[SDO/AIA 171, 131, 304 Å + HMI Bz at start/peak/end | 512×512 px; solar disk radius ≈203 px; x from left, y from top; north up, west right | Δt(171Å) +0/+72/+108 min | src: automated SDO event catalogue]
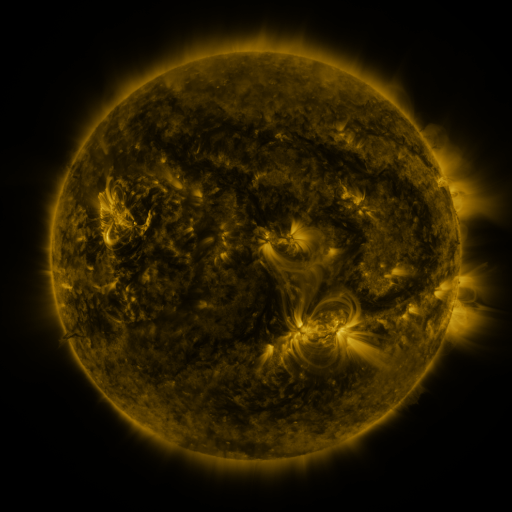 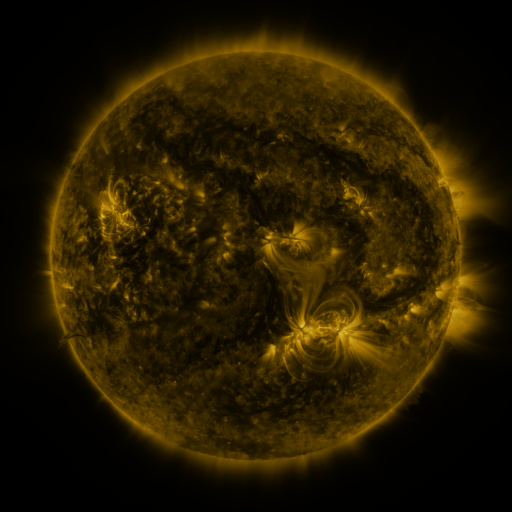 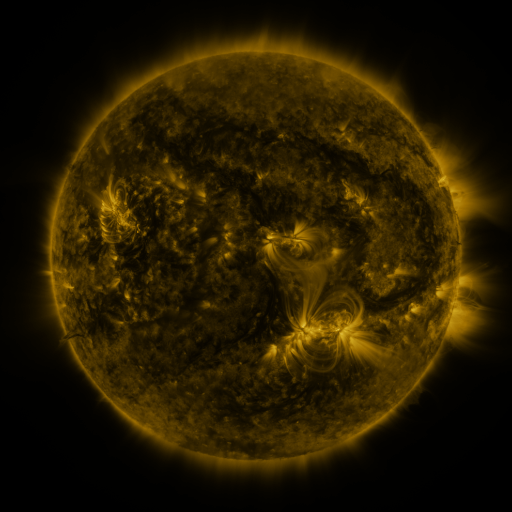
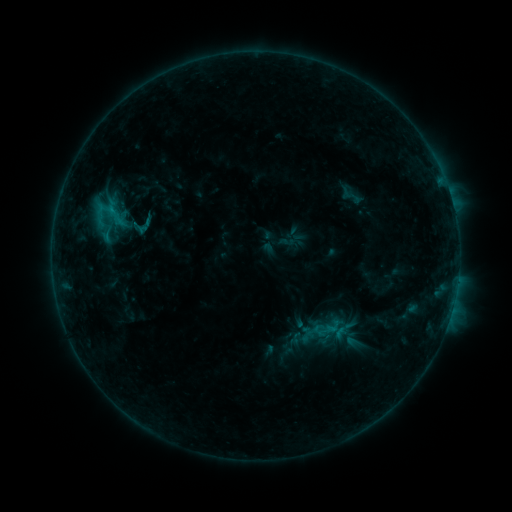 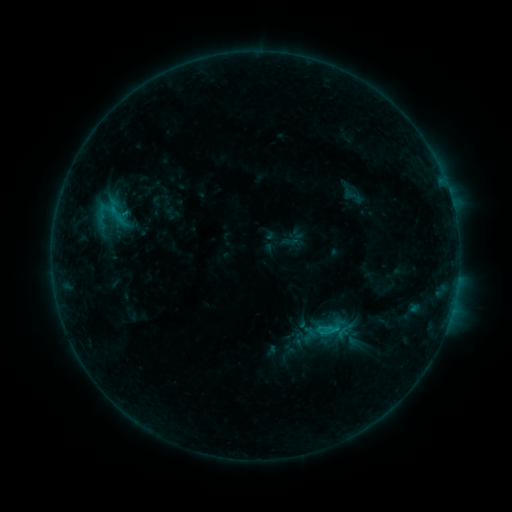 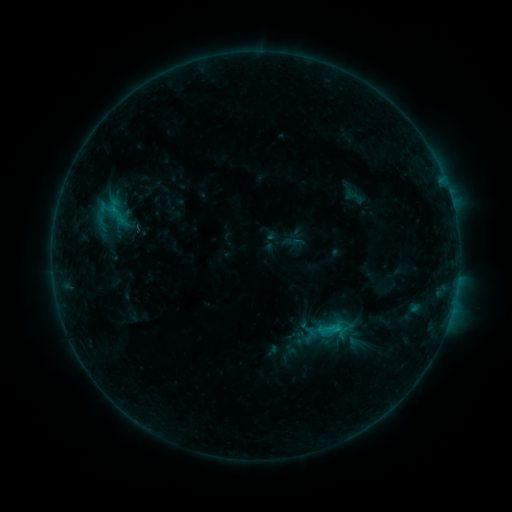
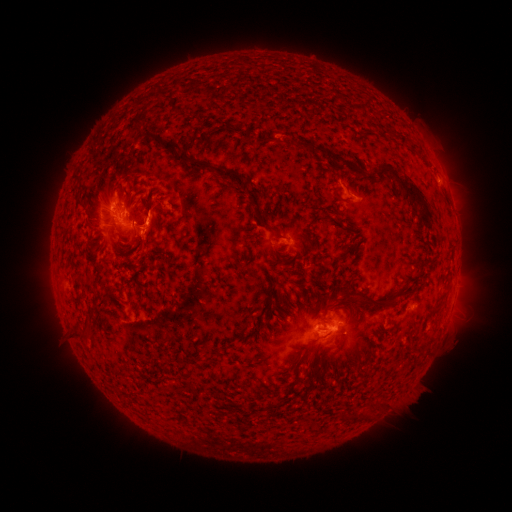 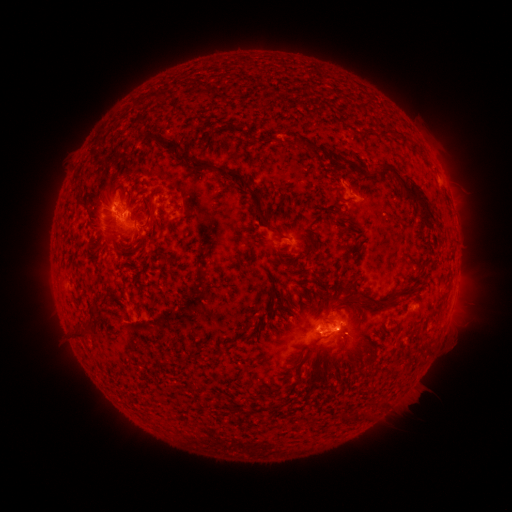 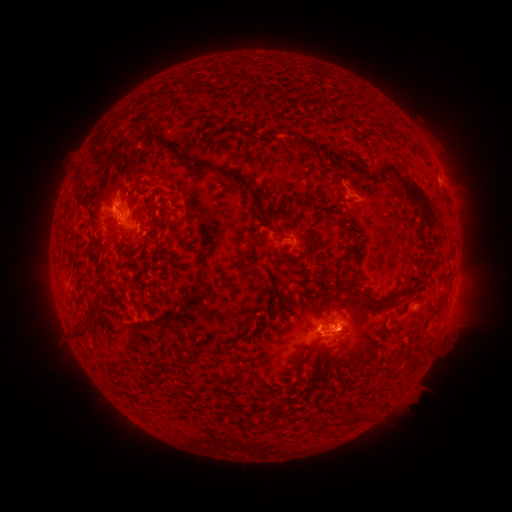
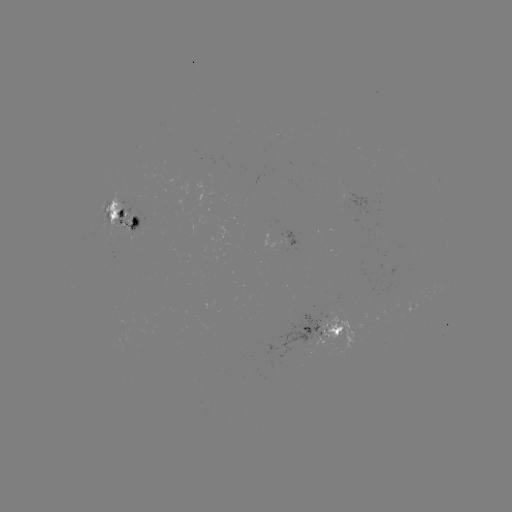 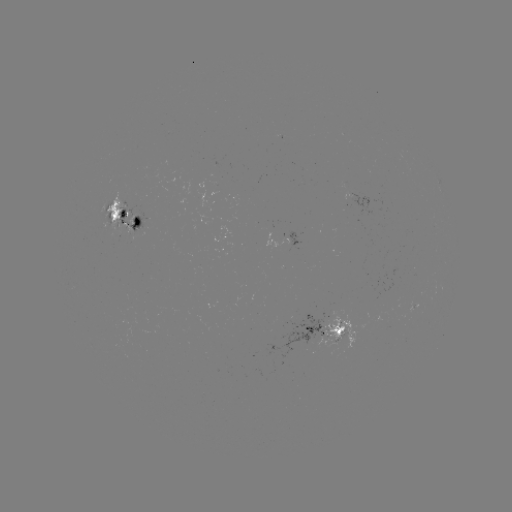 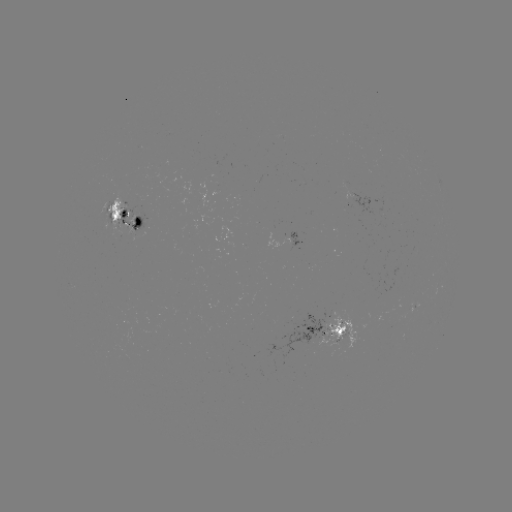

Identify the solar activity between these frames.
emerging-flux region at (132, 214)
